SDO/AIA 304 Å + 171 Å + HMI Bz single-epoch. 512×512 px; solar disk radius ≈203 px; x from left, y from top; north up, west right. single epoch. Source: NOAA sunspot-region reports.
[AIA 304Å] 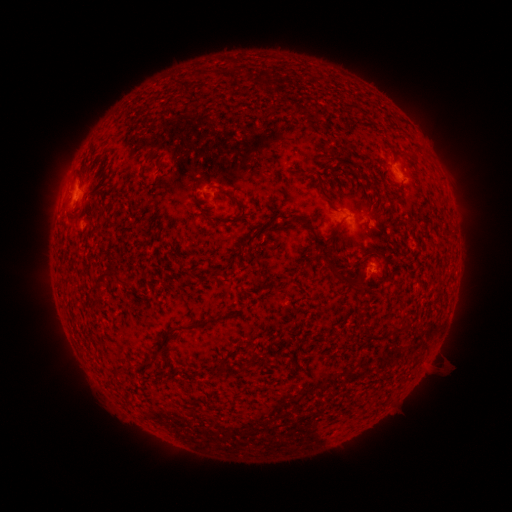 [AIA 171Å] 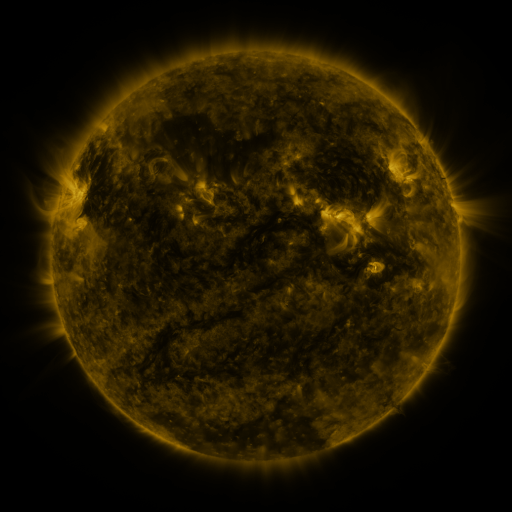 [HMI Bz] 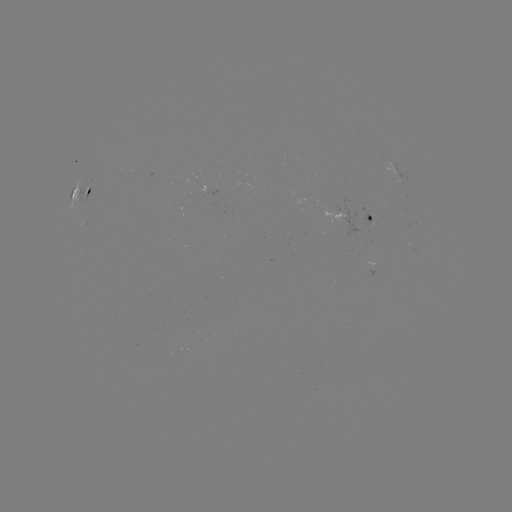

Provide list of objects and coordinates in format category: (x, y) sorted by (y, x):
spotted active region: (402, 177)
spotted active region: (211, 189)
spotted active region: (80, 196)
spotted active region: (366, 220)
spotted active region: (371, 267)
